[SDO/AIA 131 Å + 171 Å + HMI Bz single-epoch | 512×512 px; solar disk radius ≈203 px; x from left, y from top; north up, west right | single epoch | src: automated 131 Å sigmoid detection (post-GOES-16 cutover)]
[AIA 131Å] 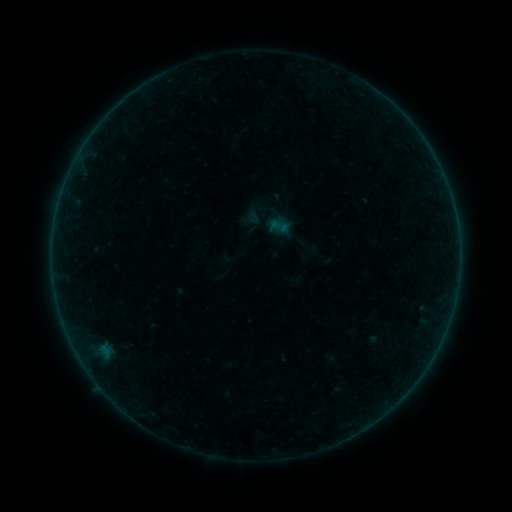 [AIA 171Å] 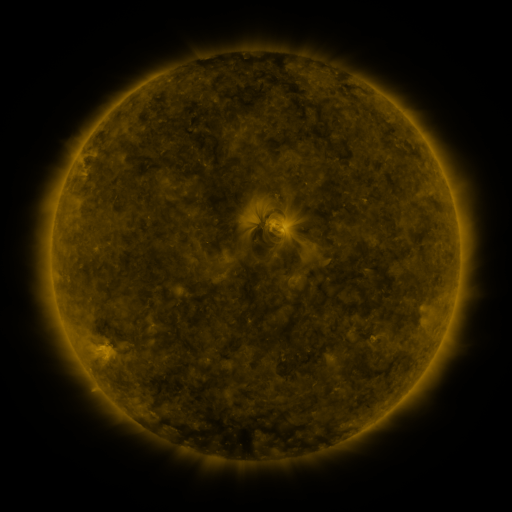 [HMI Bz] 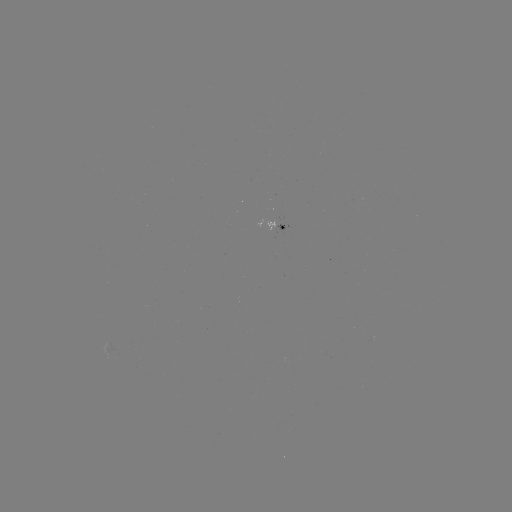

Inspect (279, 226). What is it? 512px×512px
sigmoid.